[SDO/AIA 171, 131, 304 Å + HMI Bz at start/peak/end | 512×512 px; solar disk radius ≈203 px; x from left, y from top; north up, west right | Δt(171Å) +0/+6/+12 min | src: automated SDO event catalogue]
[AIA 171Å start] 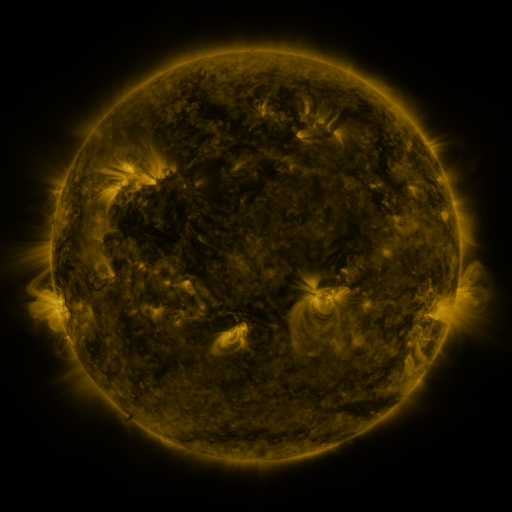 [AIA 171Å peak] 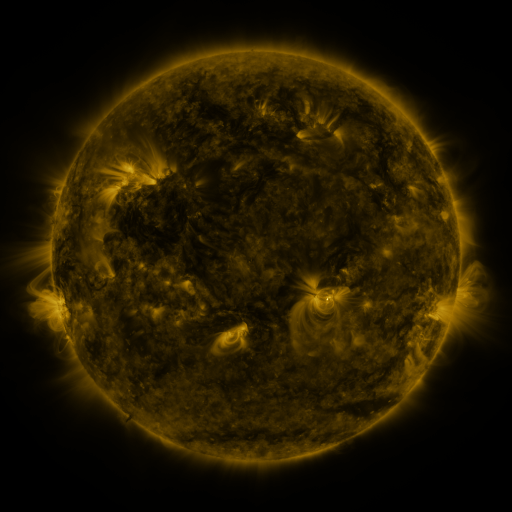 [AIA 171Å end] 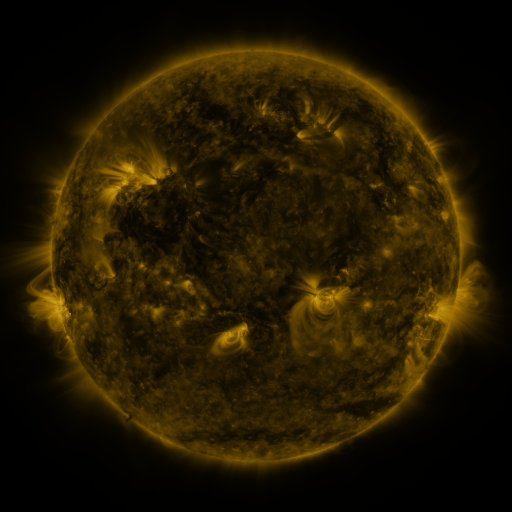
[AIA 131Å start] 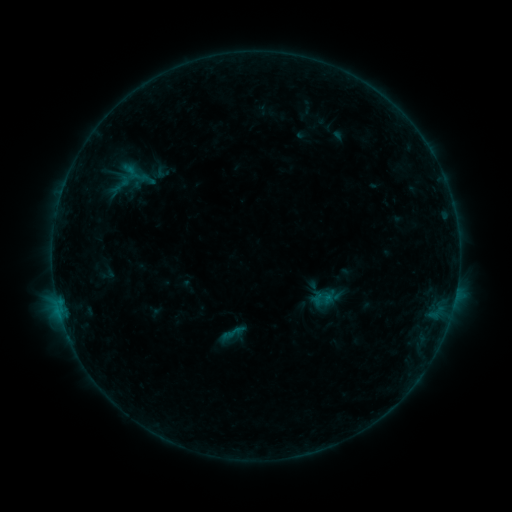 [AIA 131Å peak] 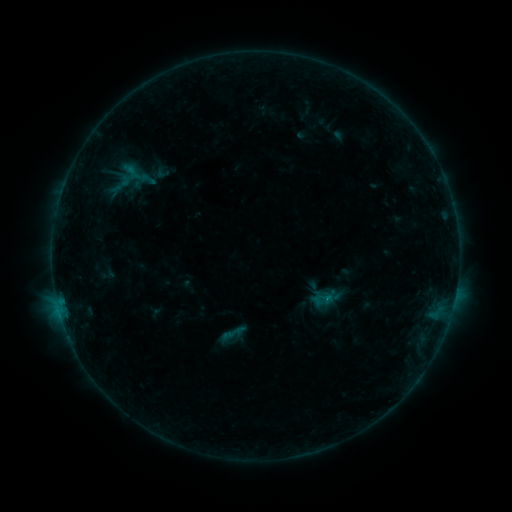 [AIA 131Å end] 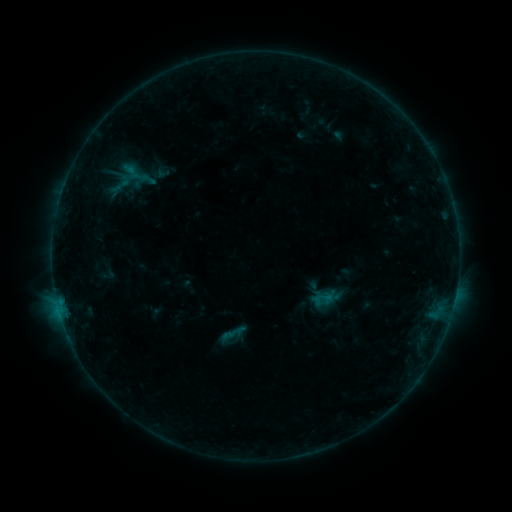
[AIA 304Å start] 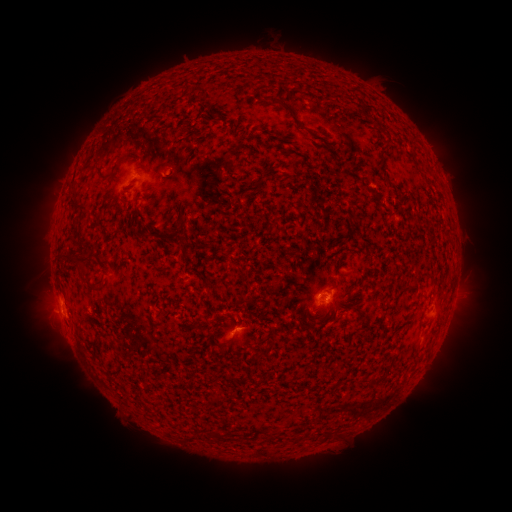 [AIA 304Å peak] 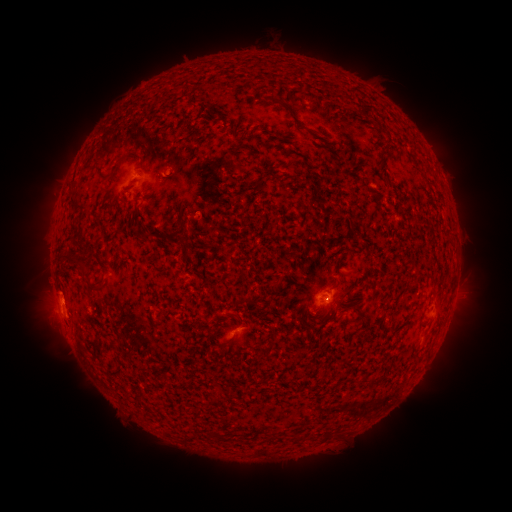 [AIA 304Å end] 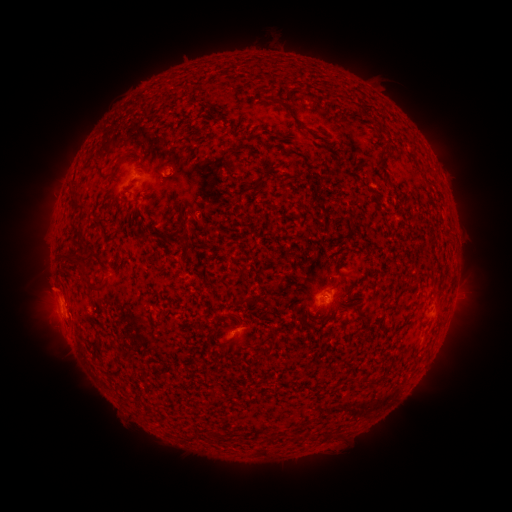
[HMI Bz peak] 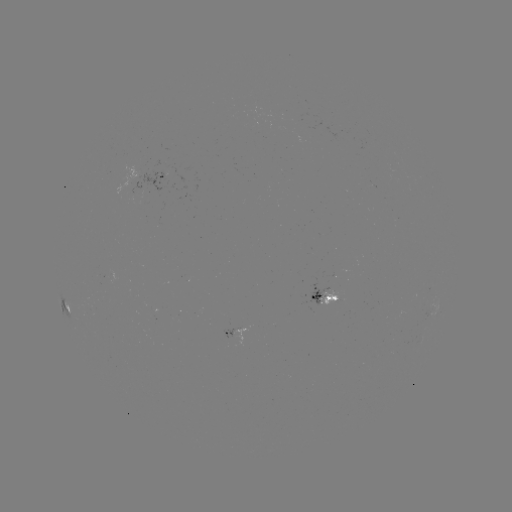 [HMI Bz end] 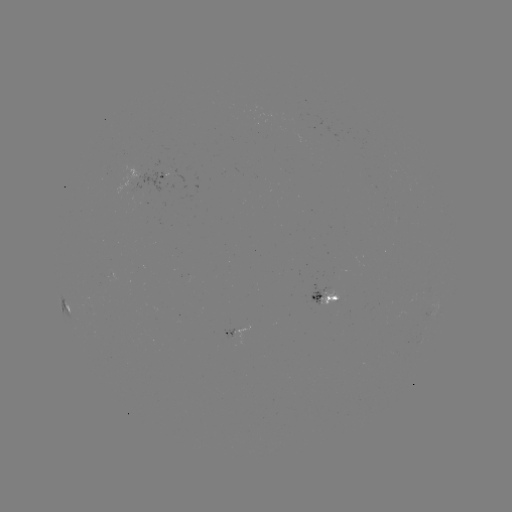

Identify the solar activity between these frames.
eruption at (54, 289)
